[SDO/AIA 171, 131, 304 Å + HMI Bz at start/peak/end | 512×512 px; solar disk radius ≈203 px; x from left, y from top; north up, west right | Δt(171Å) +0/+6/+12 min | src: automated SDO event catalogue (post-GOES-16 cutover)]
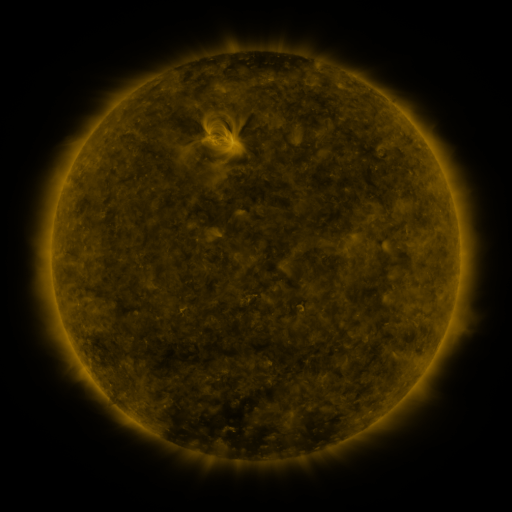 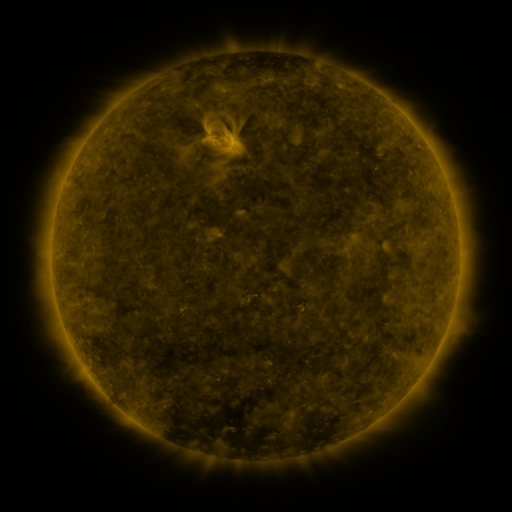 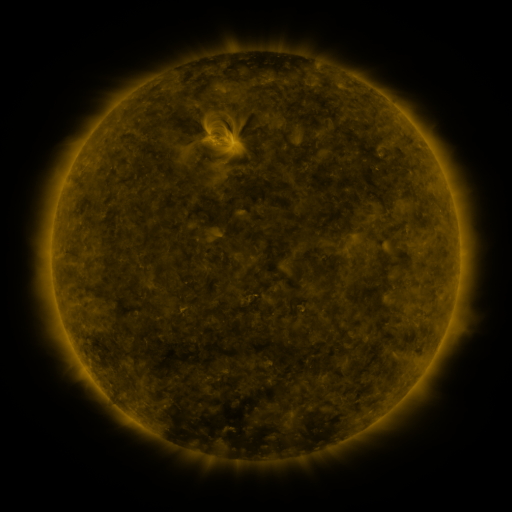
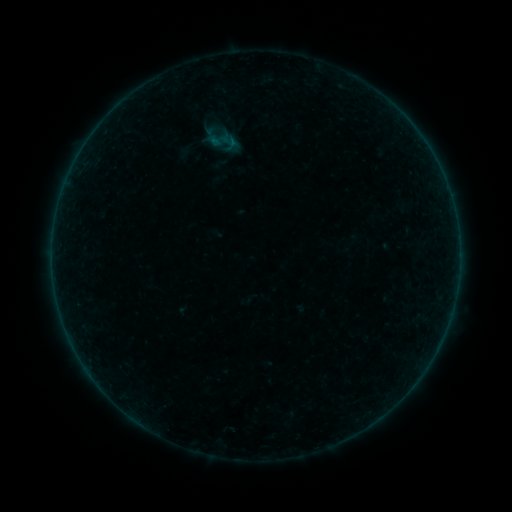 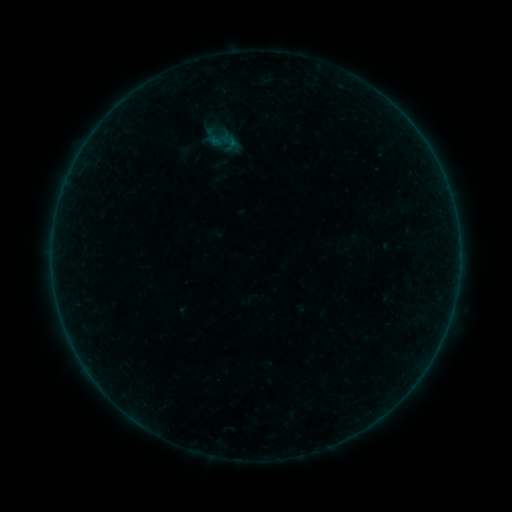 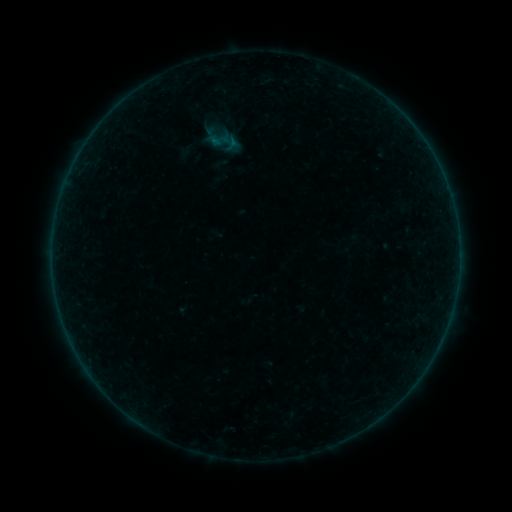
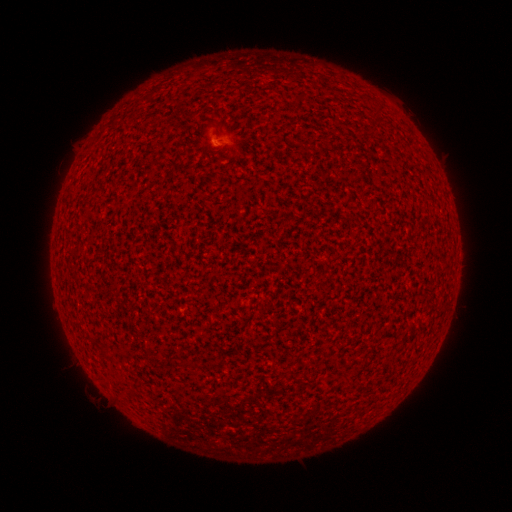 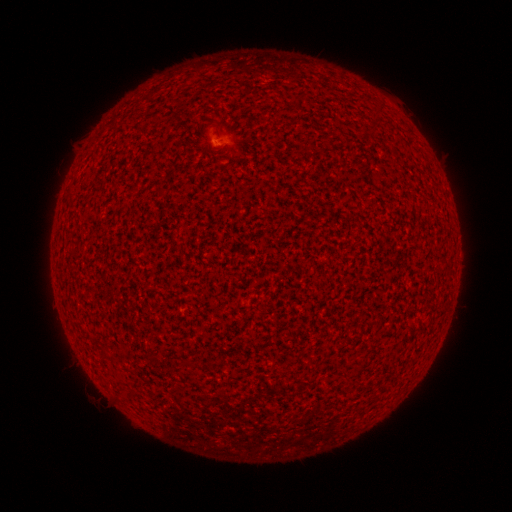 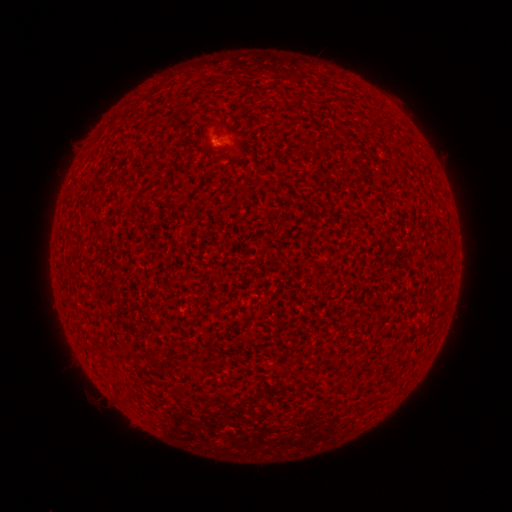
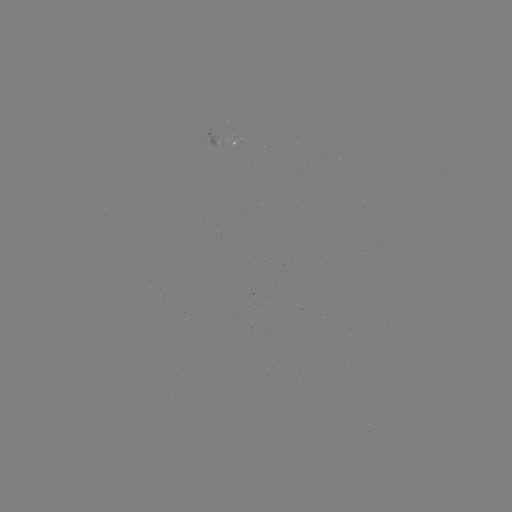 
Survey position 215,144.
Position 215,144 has A3.4 flare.